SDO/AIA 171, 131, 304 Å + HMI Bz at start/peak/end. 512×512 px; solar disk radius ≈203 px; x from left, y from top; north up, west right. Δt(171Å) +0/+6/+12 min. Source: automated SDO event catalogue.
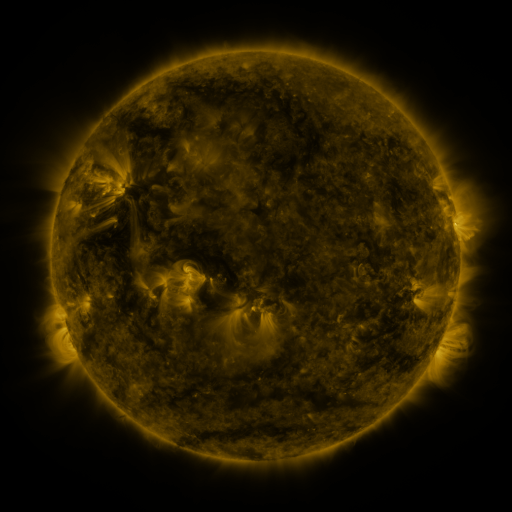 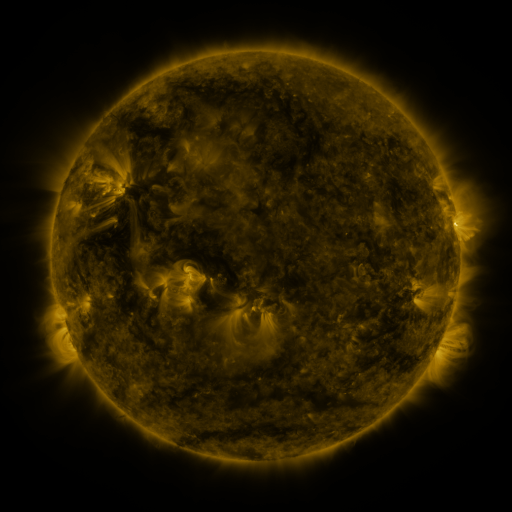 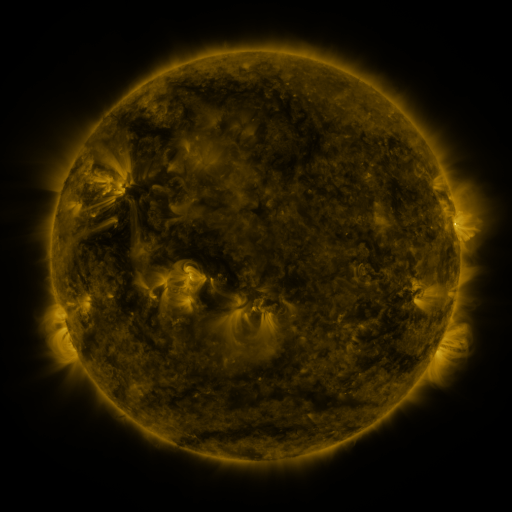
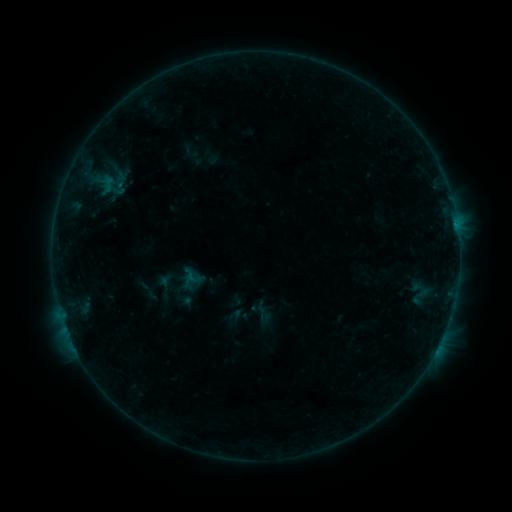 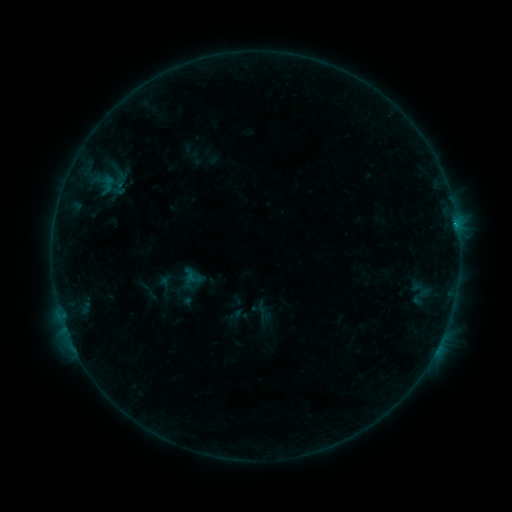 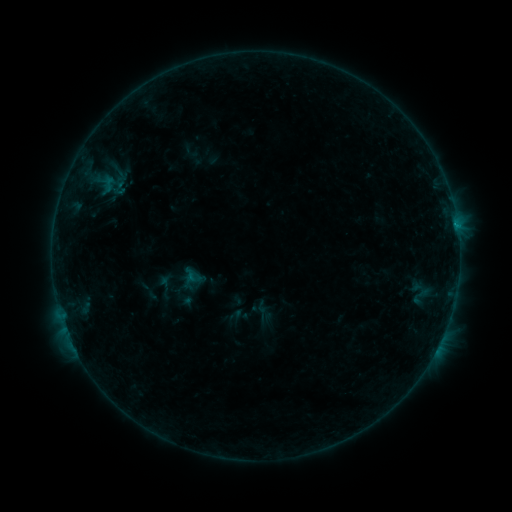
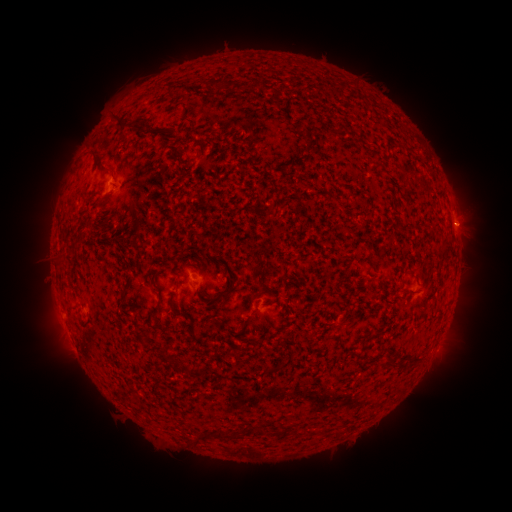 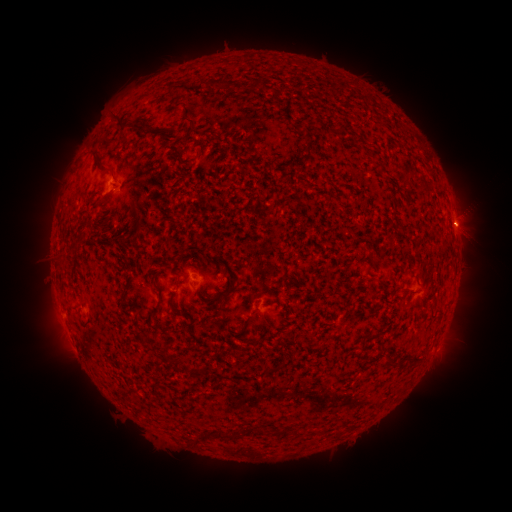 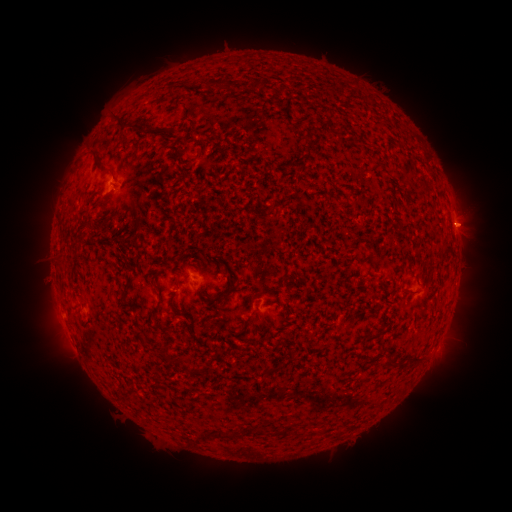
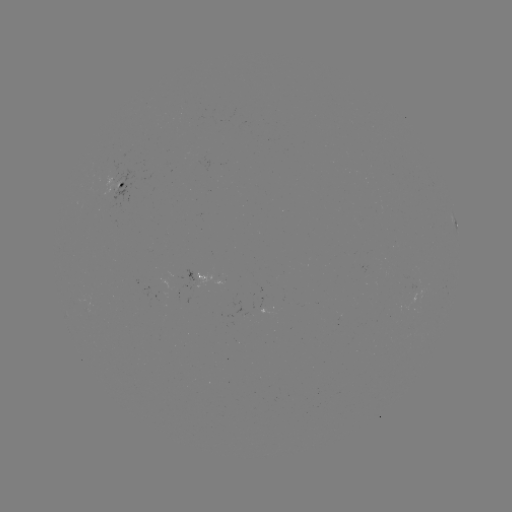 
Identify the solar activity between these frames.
B2.0 flare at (457, 227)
